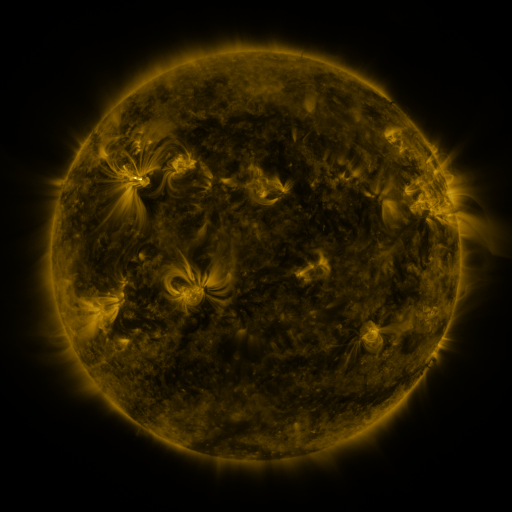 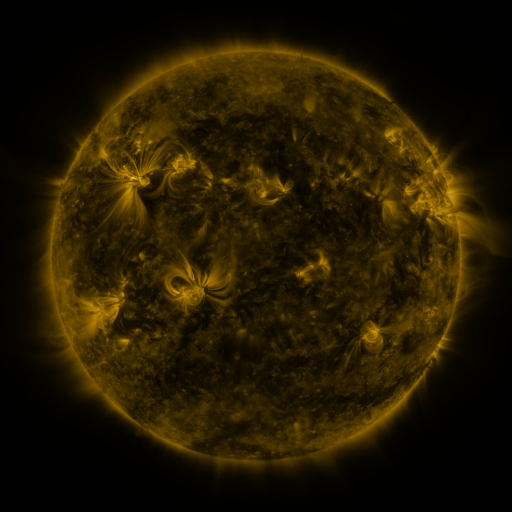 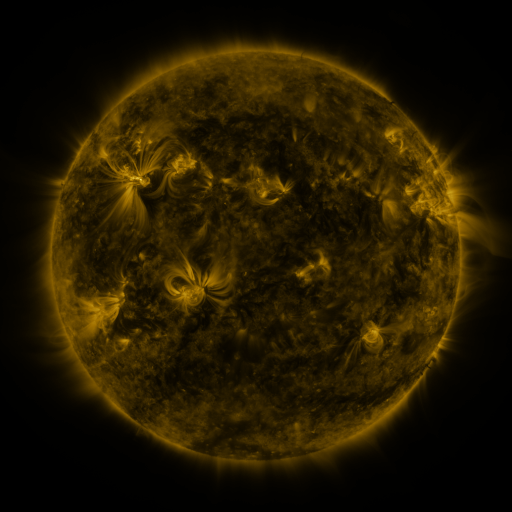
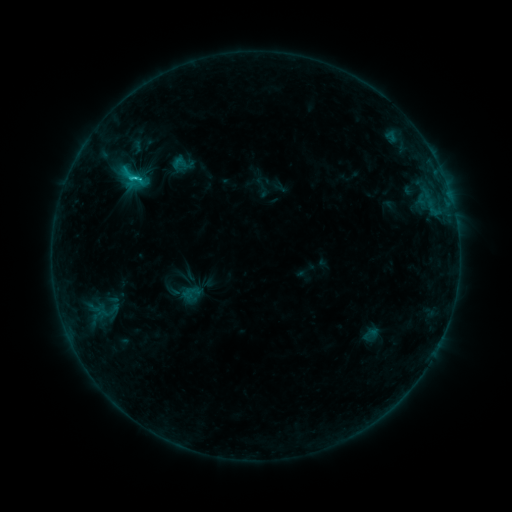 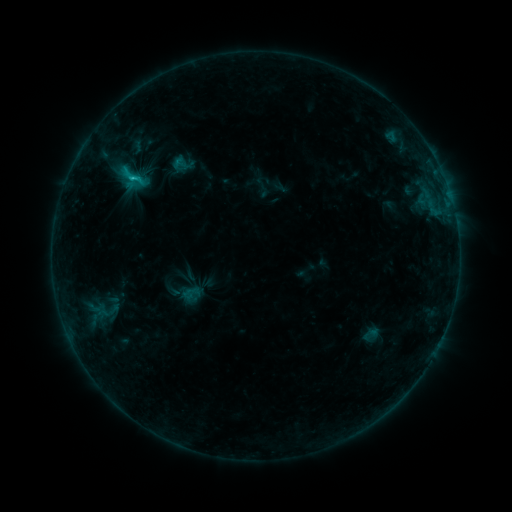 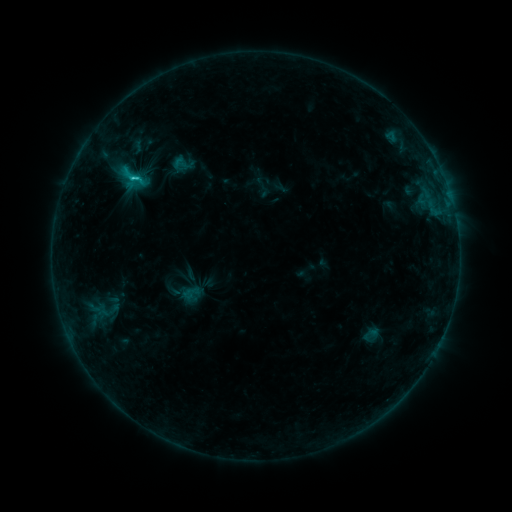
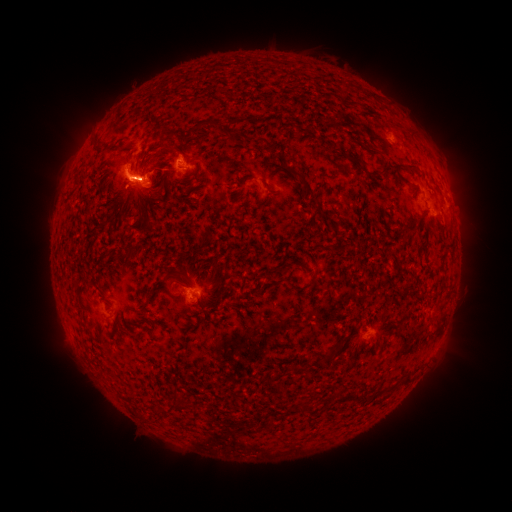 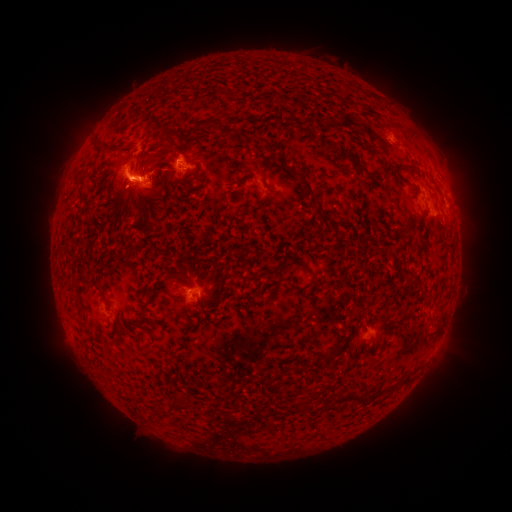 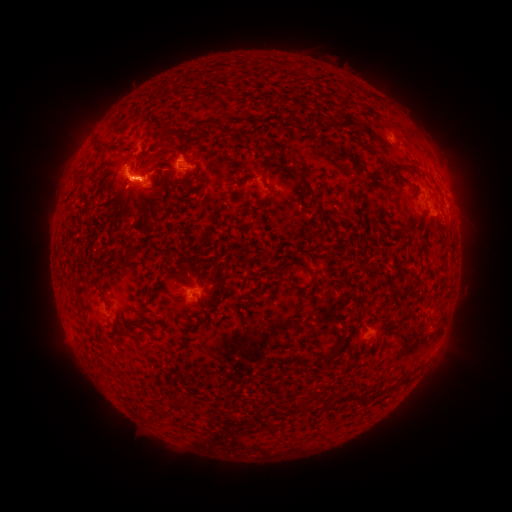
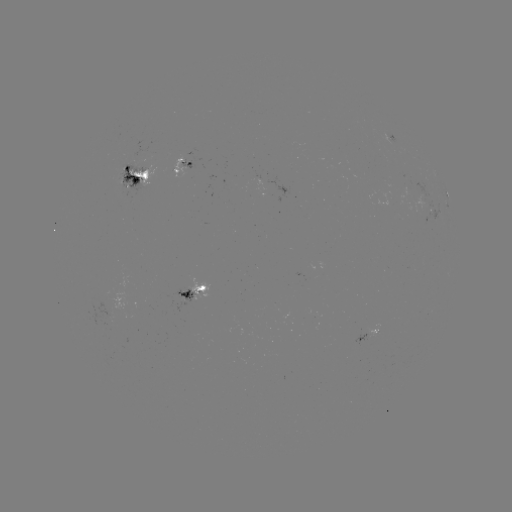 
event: flare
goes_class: C2.6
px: (135, 180)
